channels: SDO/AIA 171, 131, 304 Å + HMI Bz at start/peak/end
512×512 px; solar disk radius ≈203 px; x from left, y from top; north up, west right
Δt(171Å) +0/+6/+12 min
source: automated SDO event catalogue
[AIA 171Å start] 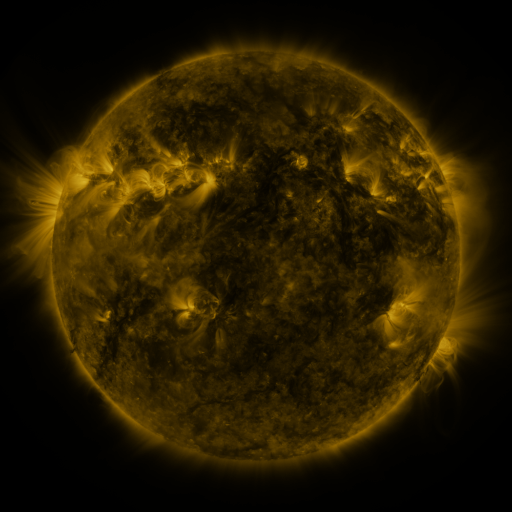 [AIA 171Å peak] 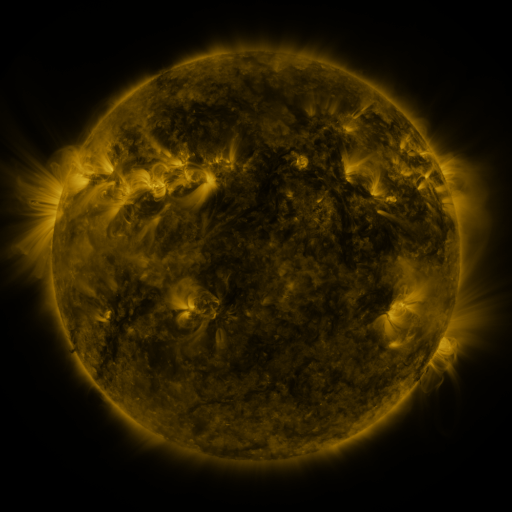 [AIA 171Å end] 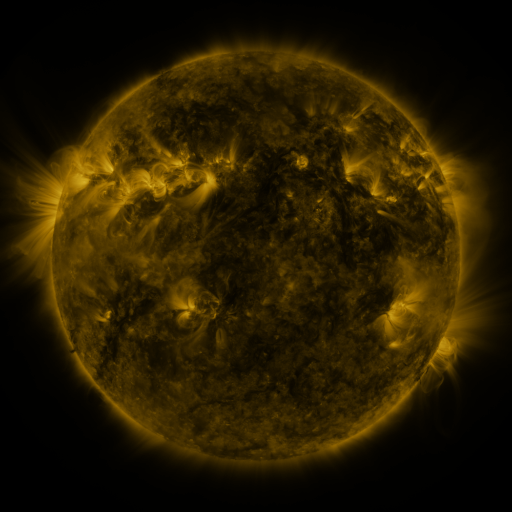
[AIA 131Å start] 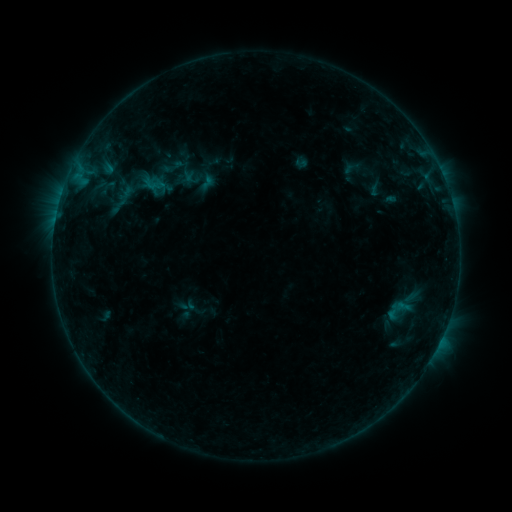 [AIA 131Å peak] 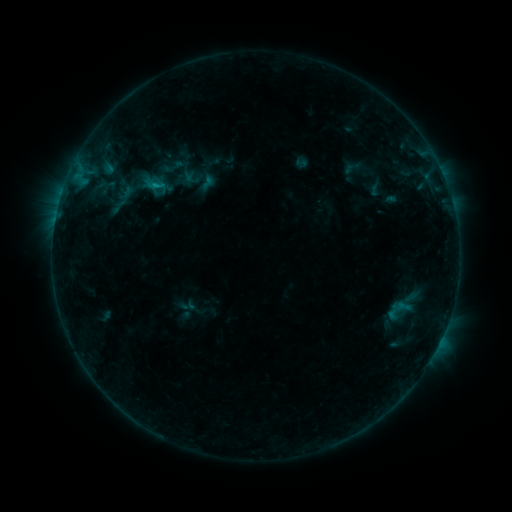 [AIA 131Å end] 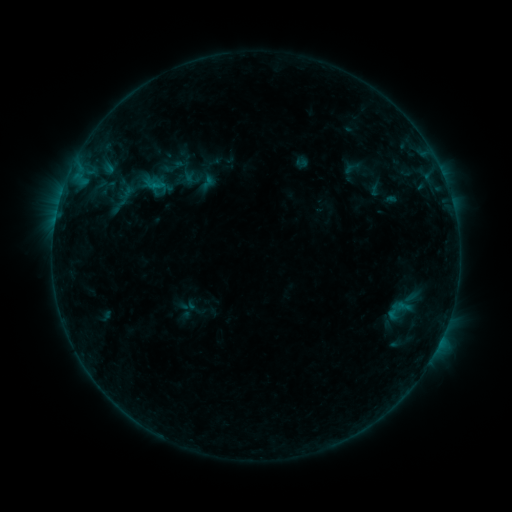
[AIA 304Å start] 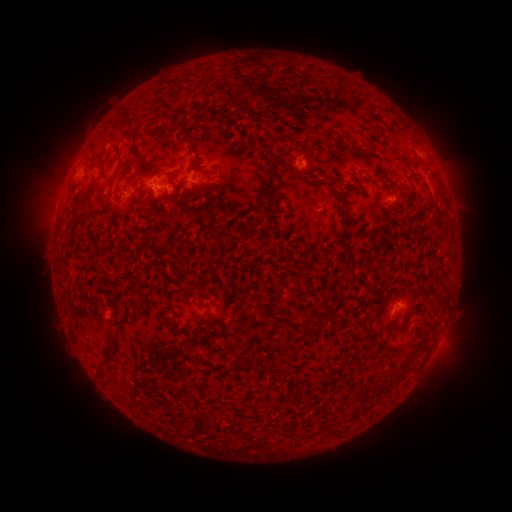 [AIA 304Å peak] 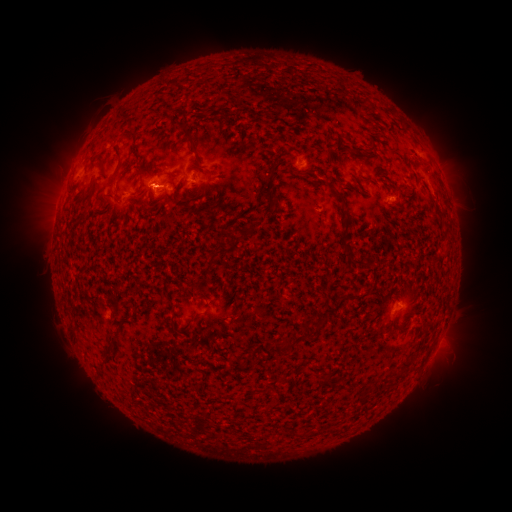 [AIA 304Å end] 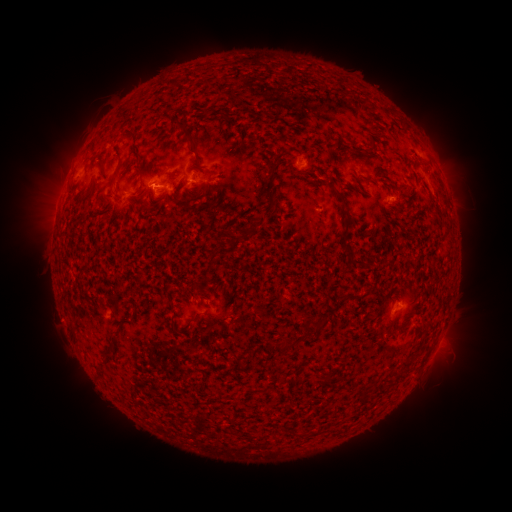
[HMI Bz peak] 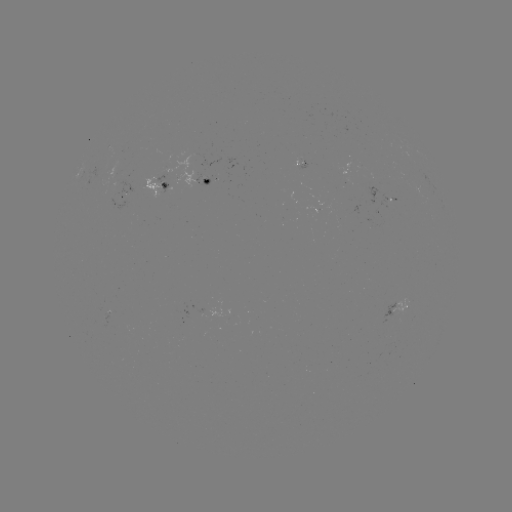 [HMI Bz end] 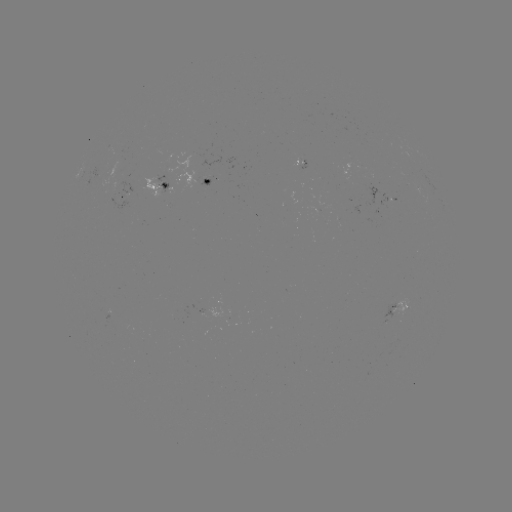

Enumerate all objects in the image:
B4.1 flare: (157, 188)
